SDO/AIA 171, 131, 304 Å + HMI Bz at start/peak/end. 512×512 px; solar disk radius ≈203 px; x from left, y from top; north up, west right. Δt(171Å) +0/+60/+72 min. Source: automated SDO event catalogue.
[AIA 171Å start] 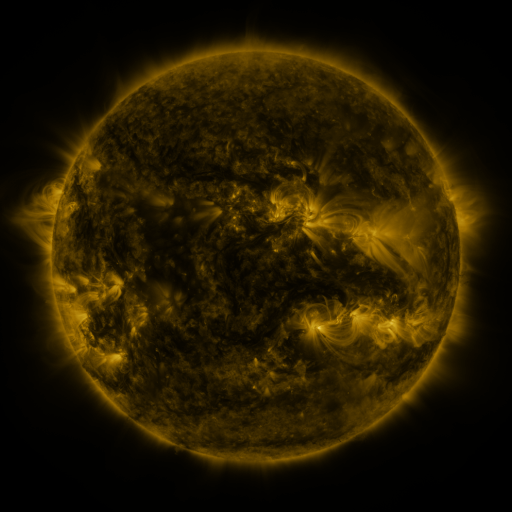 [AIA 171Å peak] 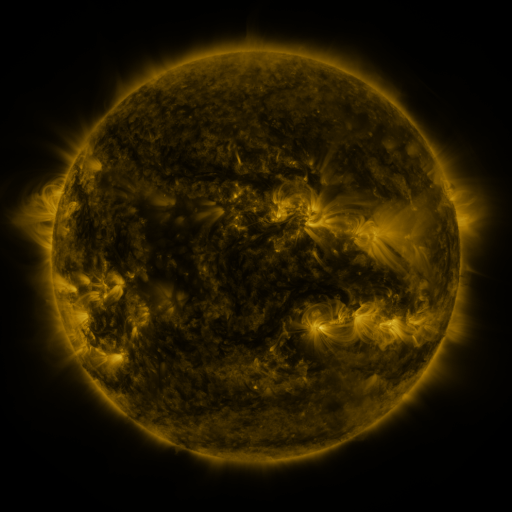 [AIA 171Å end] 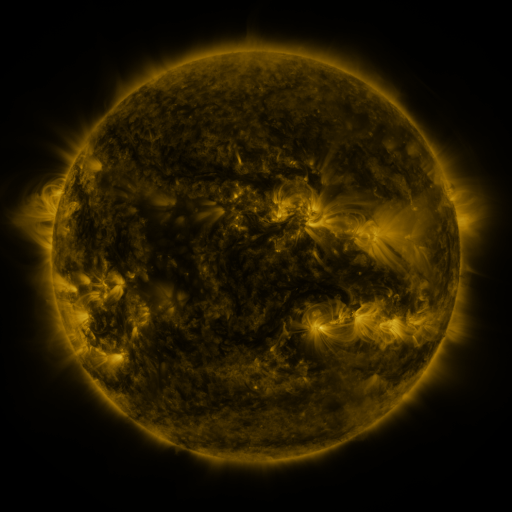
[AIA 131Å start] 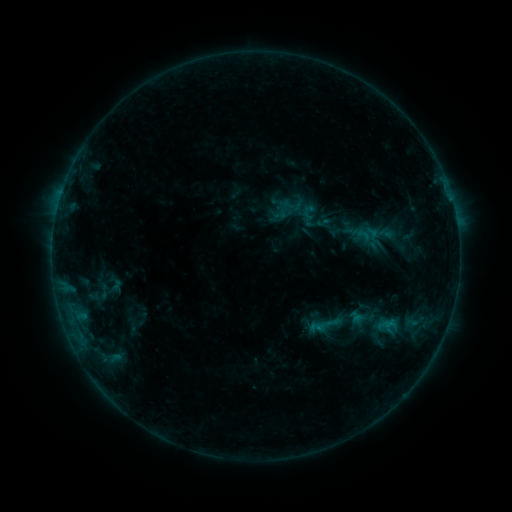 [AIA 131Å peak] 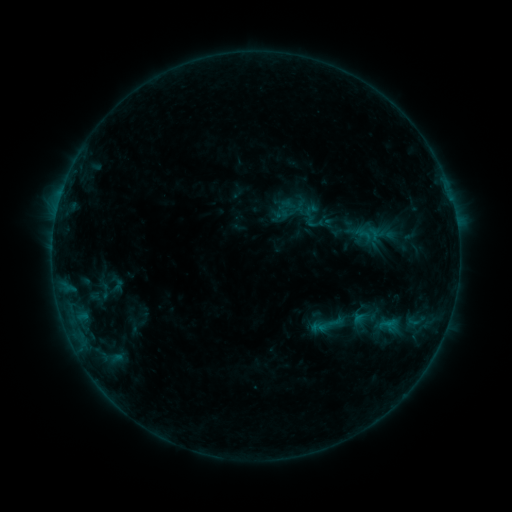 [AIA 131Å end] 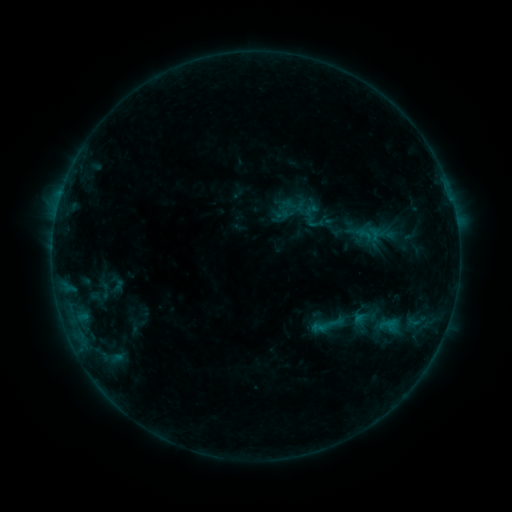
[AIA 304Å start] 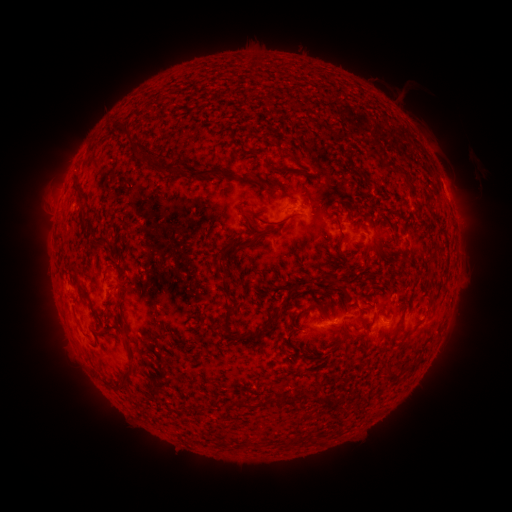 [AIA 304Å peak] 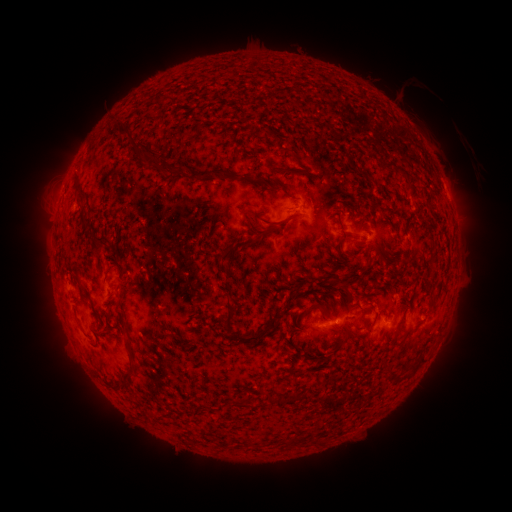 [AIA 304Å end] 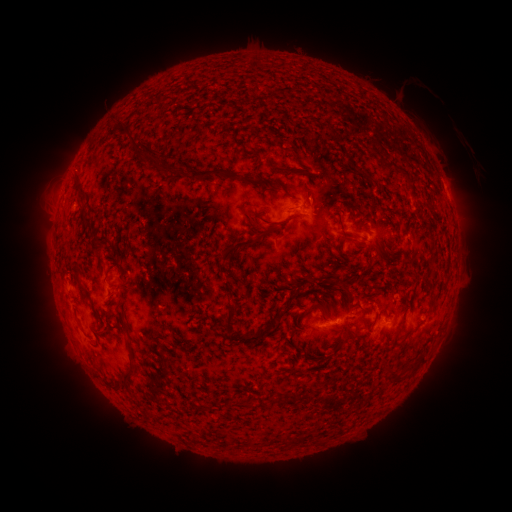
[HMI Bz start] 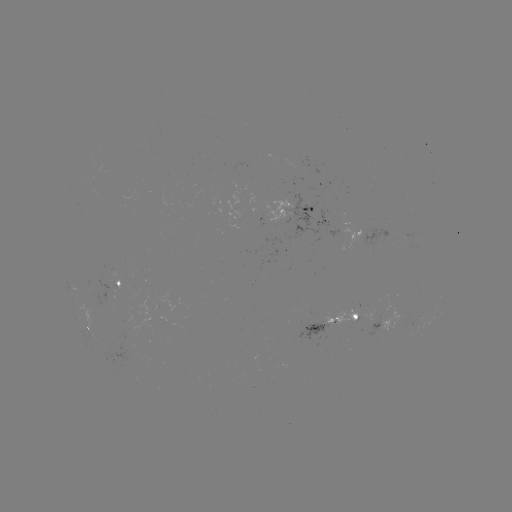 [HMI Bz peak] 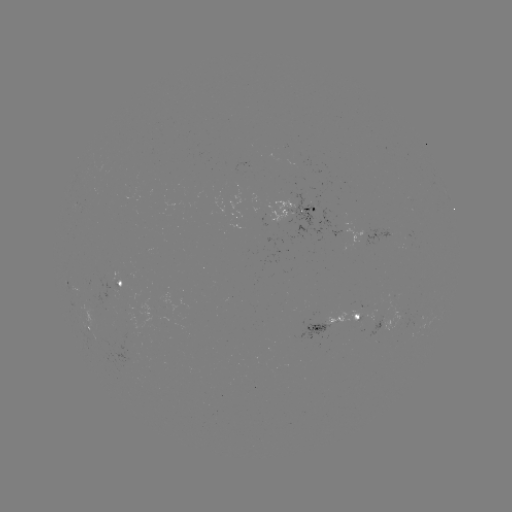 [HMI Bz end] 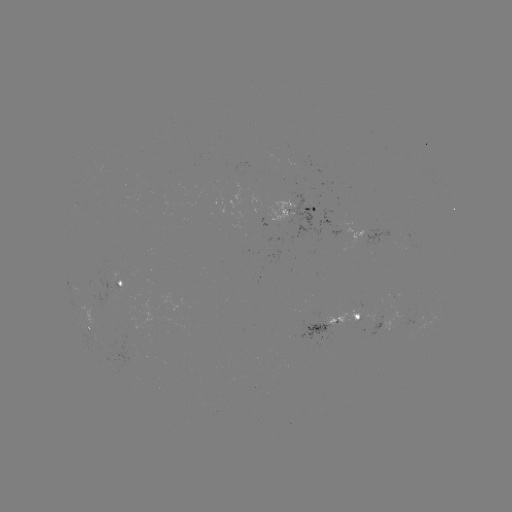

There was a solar emerging-flux region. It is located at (335, 320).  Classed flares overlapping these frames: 1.